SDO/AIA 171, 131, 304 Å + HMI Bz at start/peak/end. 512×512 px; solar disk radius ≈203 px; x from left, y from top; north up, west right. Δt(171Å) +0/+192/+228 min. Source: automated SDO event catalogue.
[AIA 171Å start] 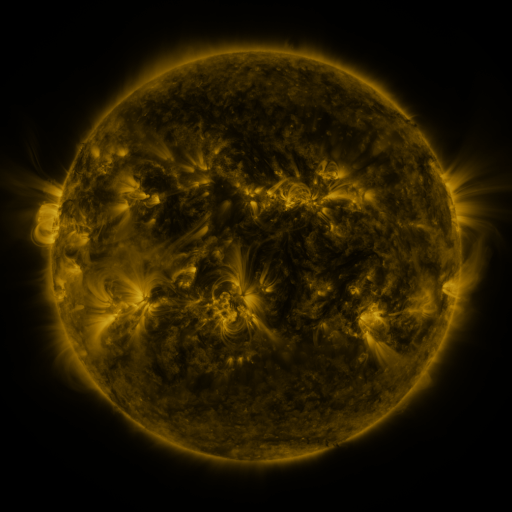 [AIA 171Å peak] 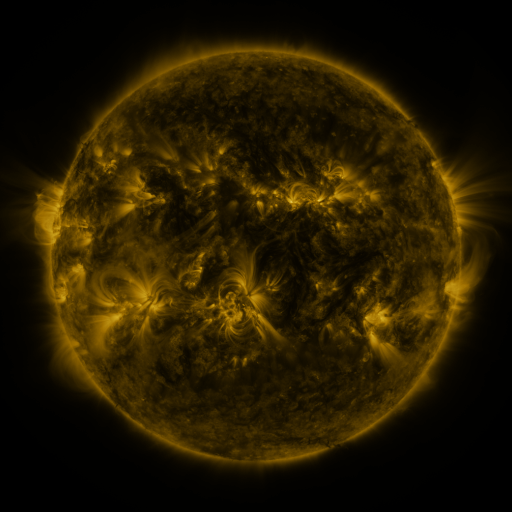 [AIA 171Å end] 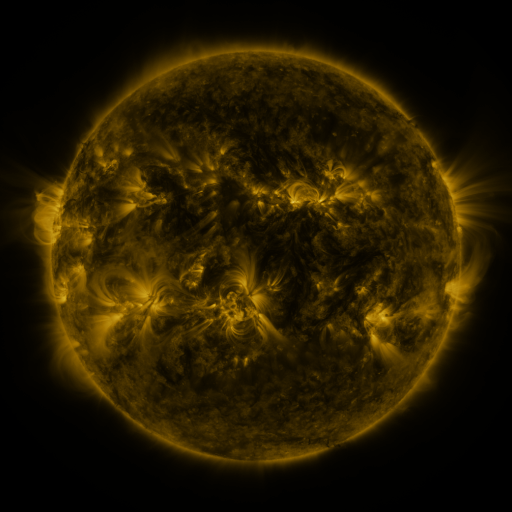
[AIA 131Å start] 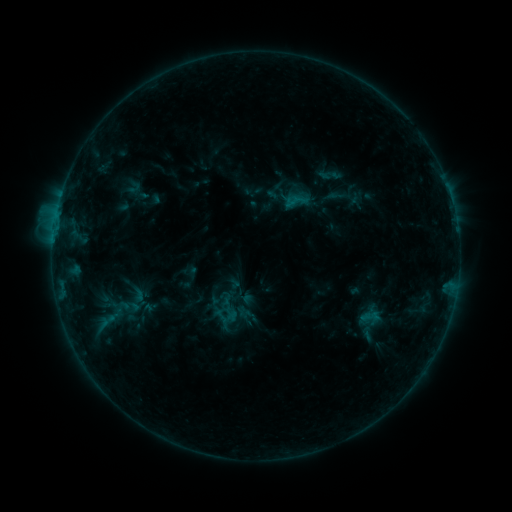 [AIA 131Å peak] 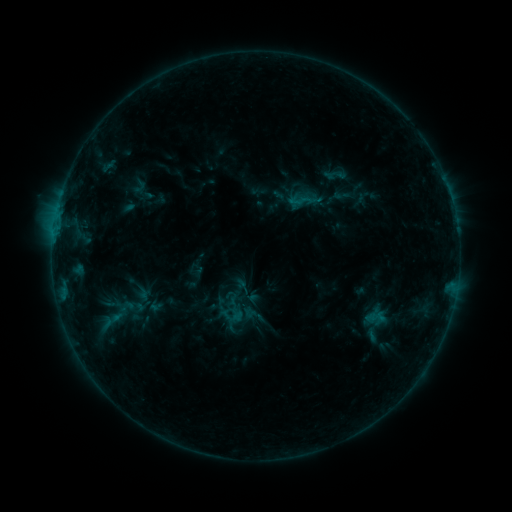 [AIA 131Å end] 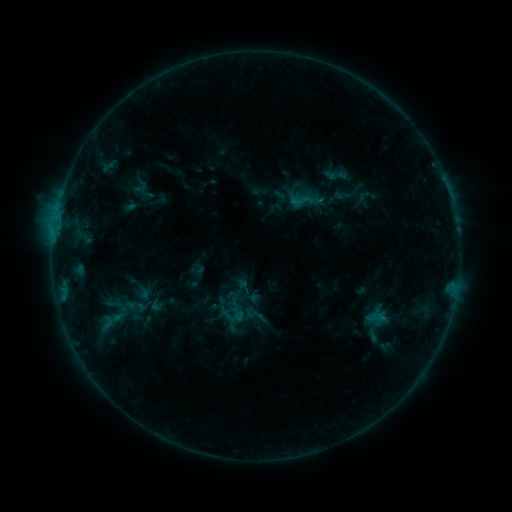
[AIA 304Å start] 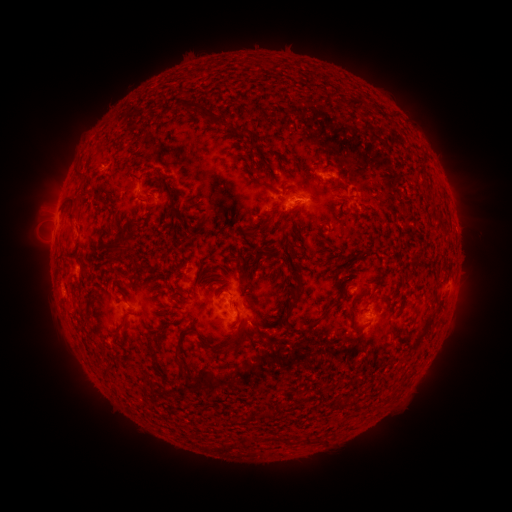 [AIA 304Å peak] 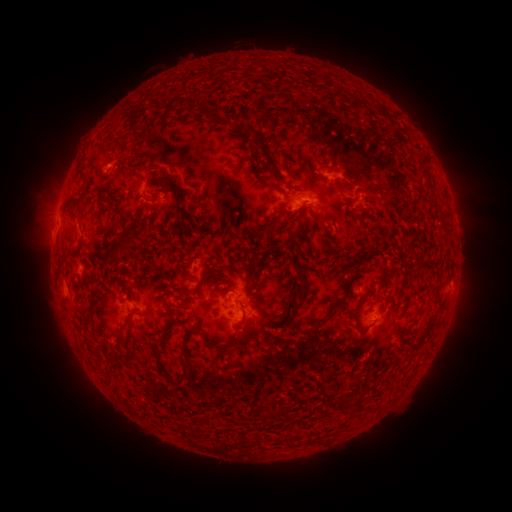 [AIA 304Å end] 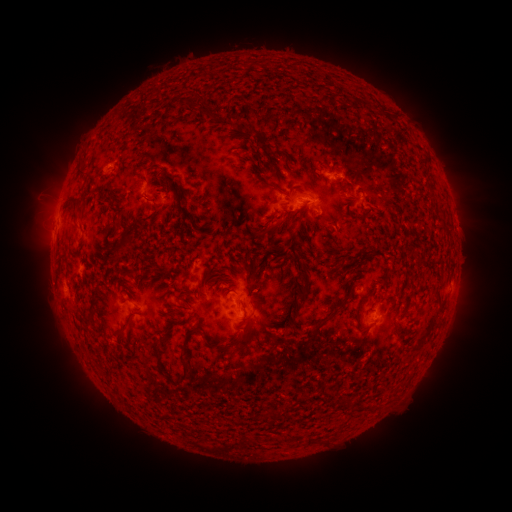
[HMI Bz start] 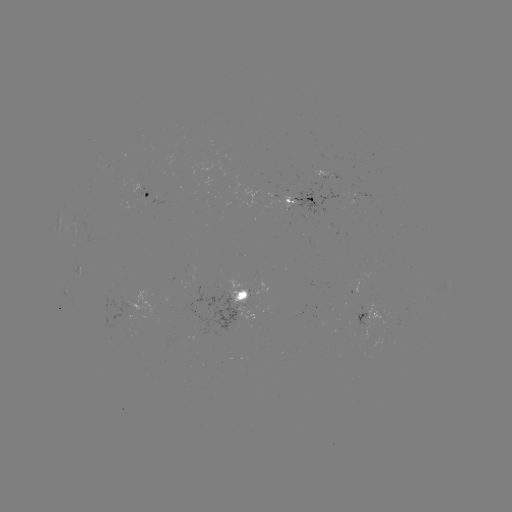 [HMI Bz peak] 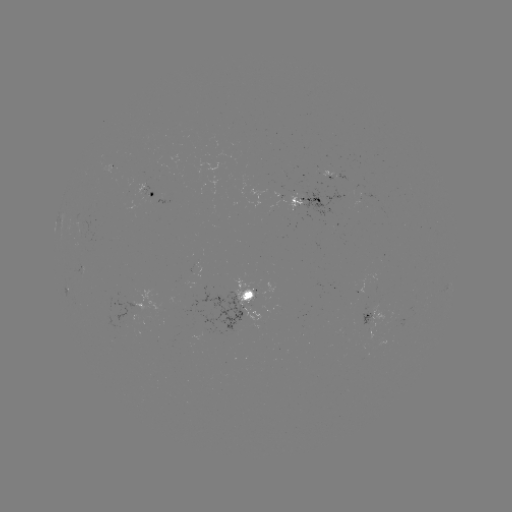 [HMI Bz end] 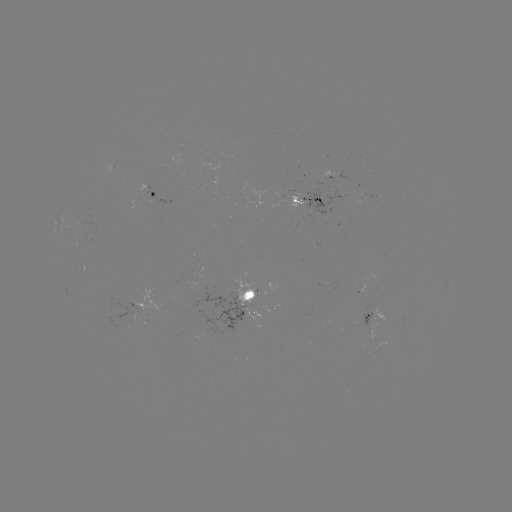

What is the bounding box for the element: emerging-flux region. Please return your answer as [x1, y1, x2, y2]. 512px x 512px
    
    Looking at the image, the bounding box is [192, 263, 202, 278].